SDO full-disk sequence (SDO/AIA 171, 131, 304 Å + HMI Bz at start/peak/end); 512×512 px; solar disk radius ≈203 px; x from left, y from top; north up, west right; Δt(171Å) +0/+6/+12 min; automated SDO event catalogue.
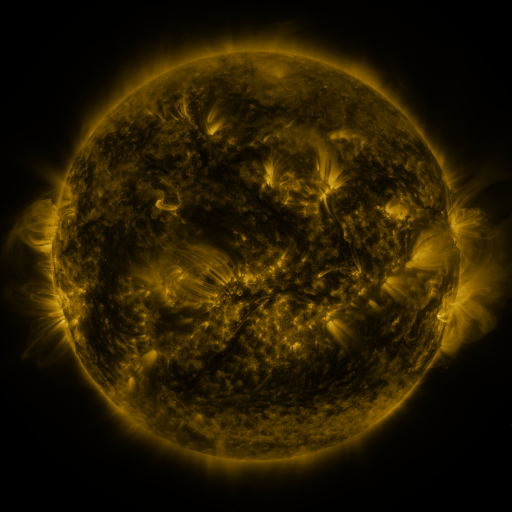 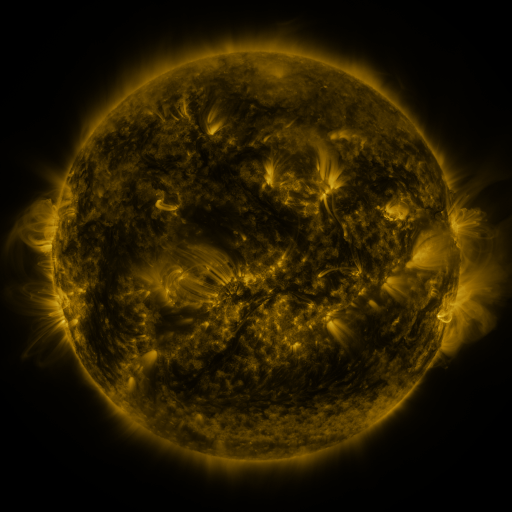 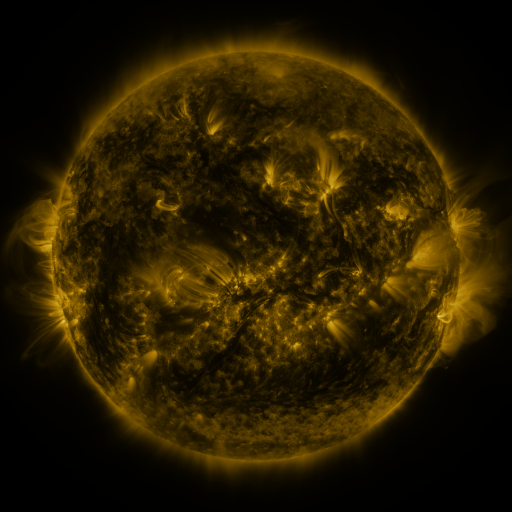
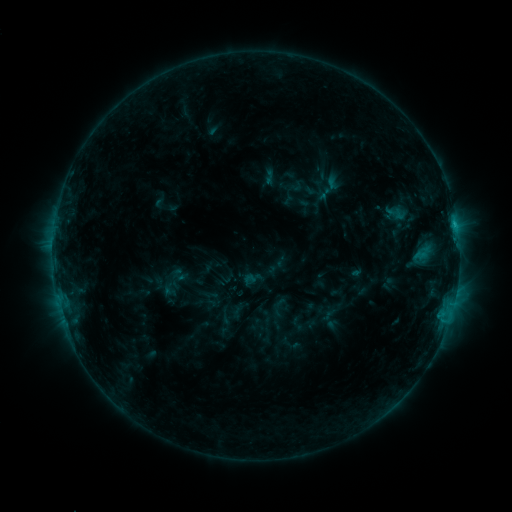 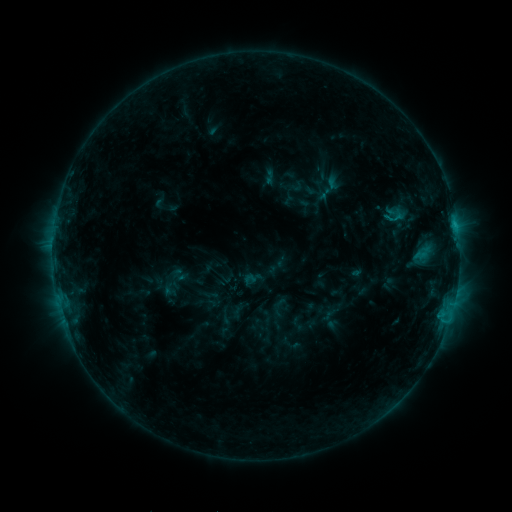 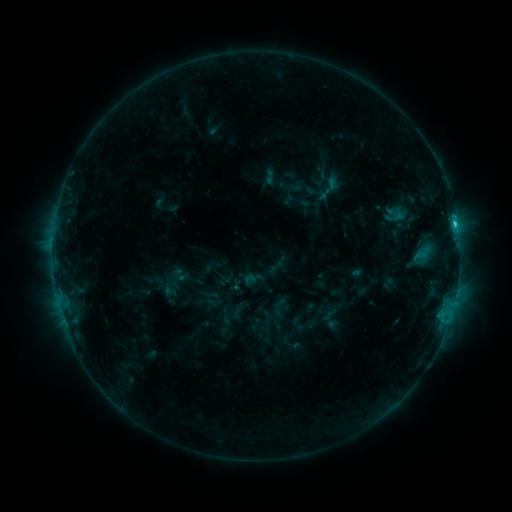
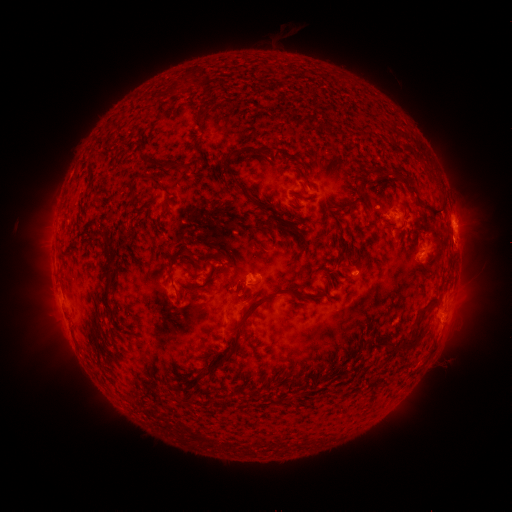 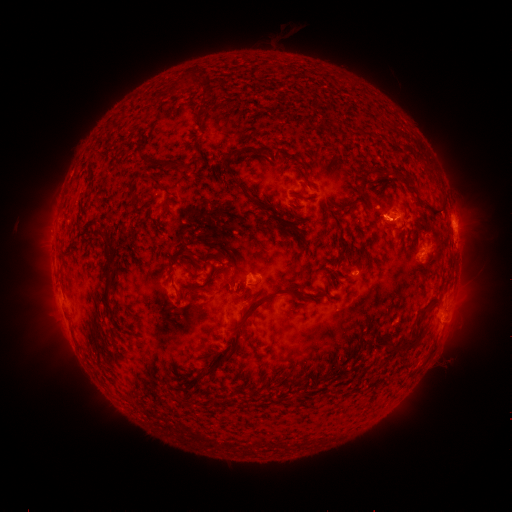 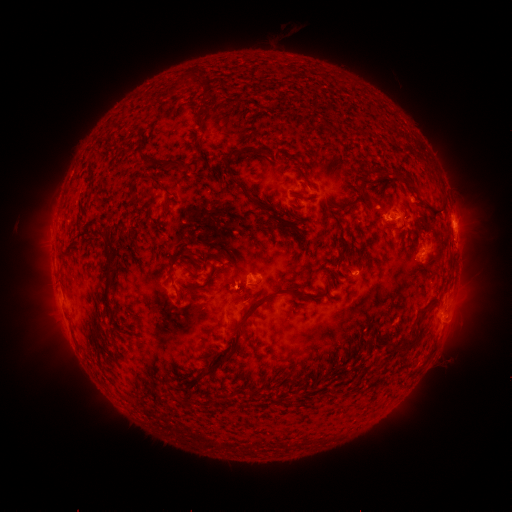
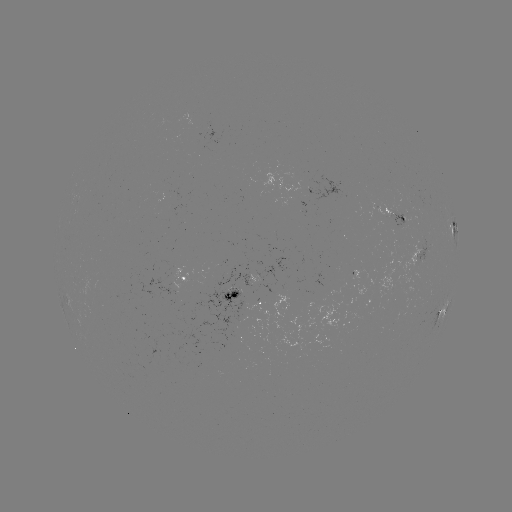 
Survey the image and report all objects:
C1.3 flare: (454, 228)
